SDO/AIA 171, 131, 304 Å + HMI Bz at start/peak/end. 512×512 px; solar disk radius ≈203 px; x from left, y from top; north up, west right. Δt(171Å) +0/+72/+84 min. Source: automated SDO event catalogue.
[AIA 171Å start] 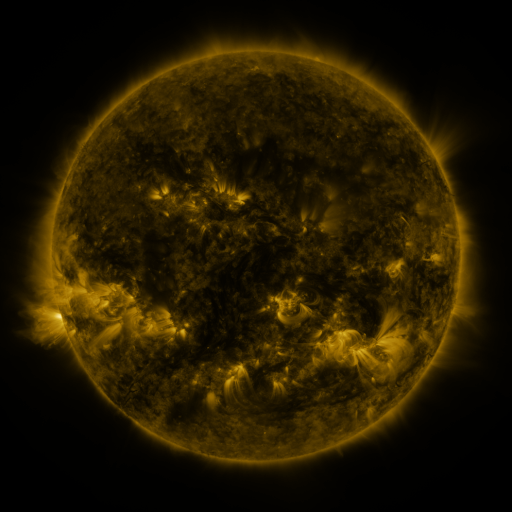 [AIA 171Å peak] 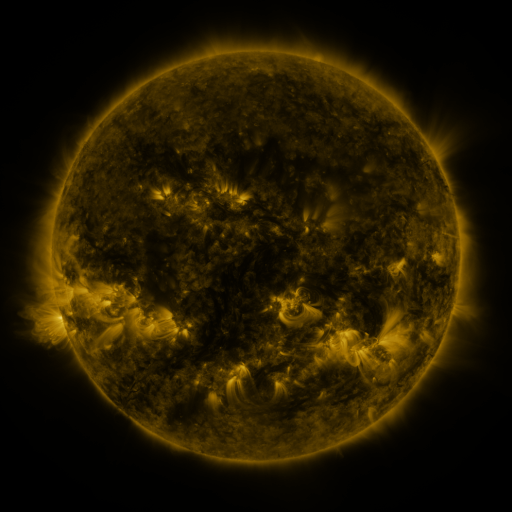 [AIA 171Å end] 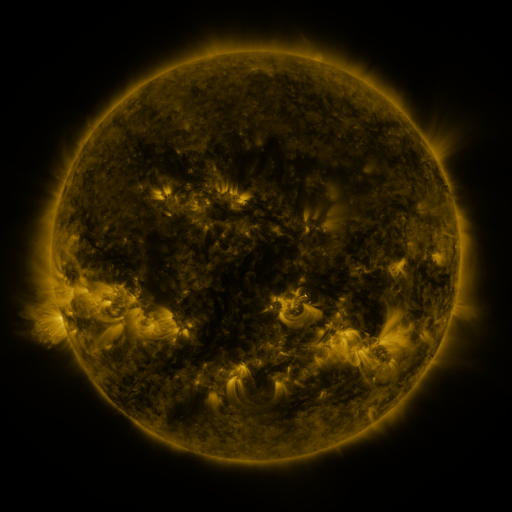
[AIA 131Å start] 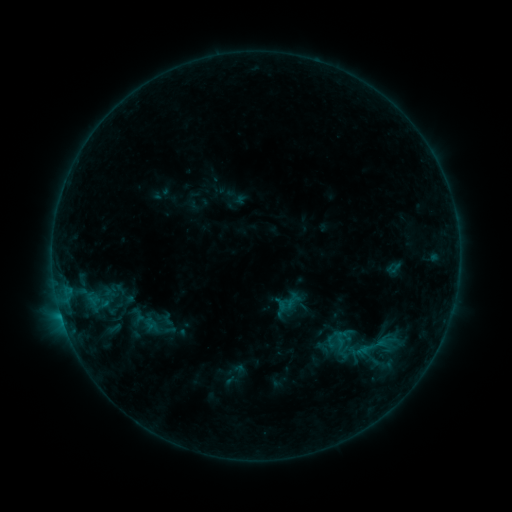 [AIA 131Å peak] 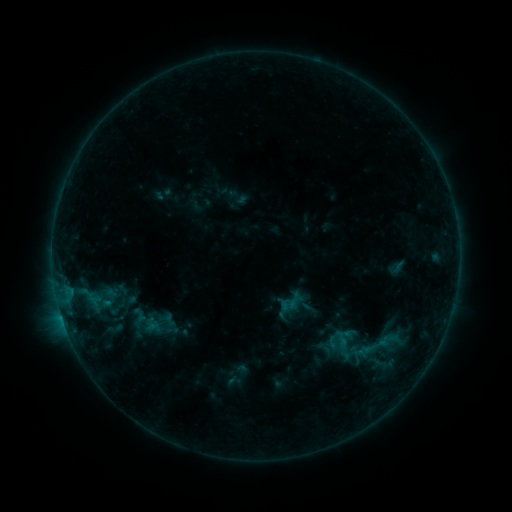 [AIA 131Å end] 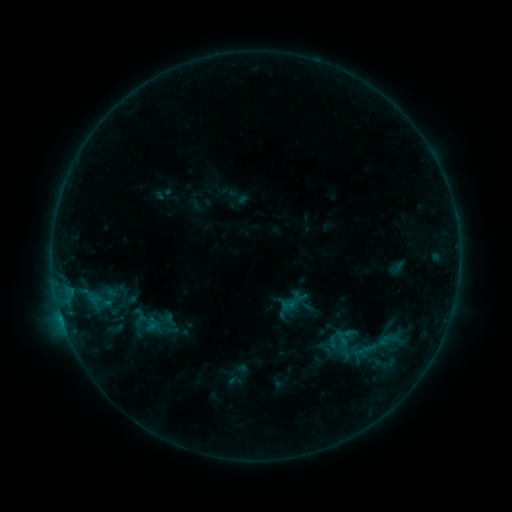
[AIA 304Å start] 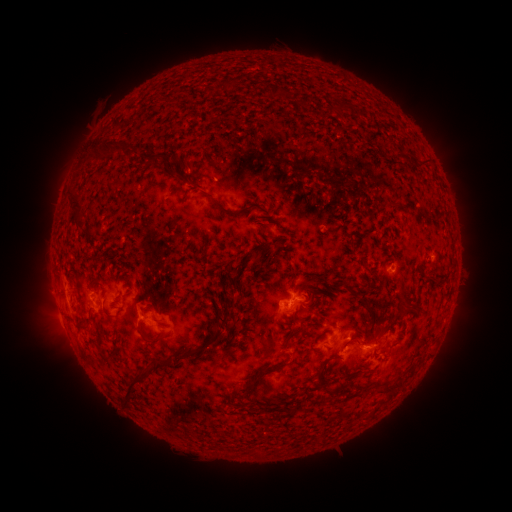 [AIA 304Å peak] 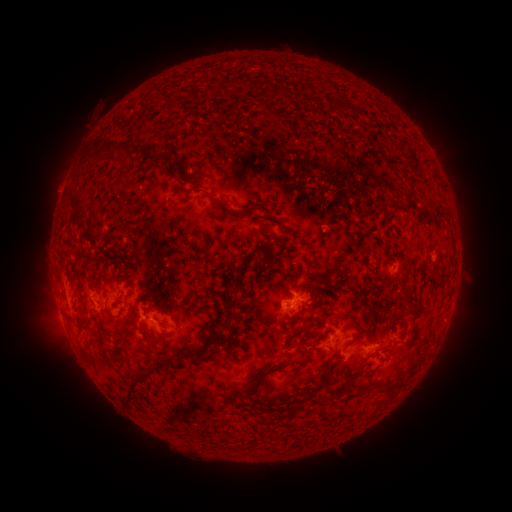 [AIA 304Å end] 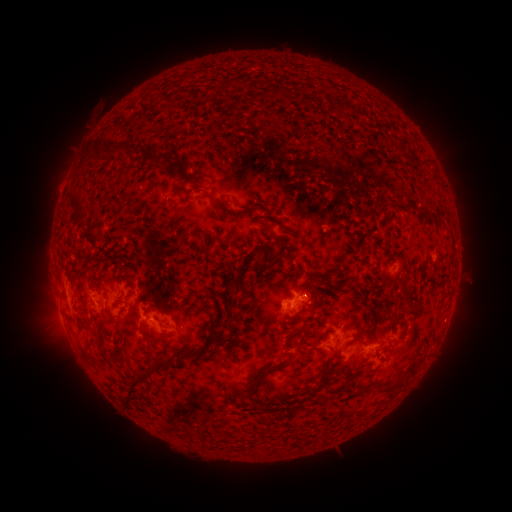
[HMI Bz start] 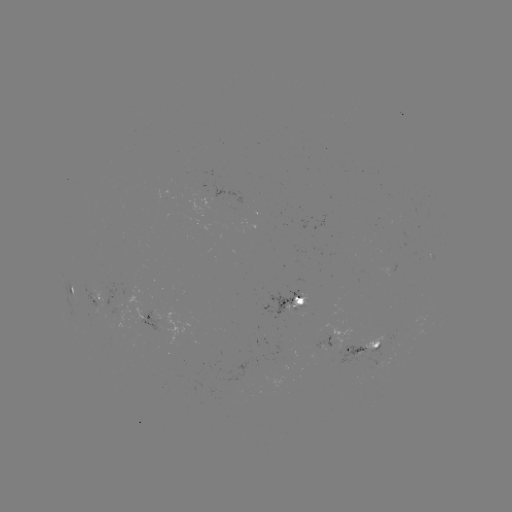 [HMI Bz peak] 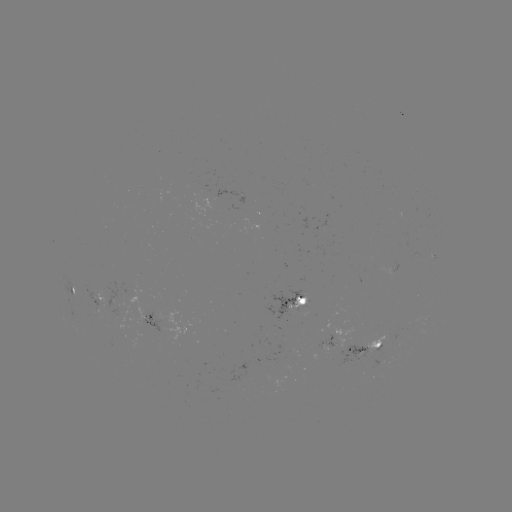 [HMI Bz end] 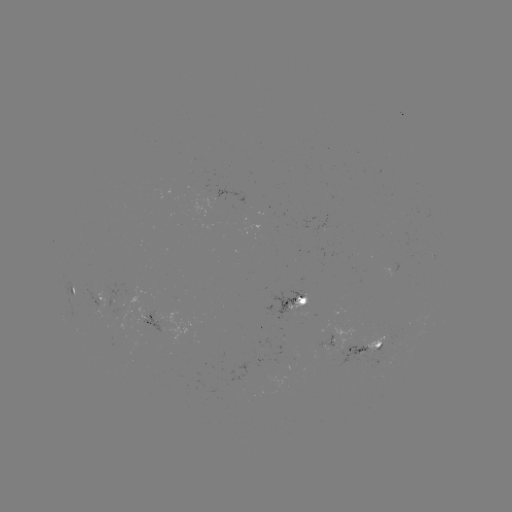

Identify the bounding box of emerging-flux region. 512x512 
[331, 325, 354, 348].